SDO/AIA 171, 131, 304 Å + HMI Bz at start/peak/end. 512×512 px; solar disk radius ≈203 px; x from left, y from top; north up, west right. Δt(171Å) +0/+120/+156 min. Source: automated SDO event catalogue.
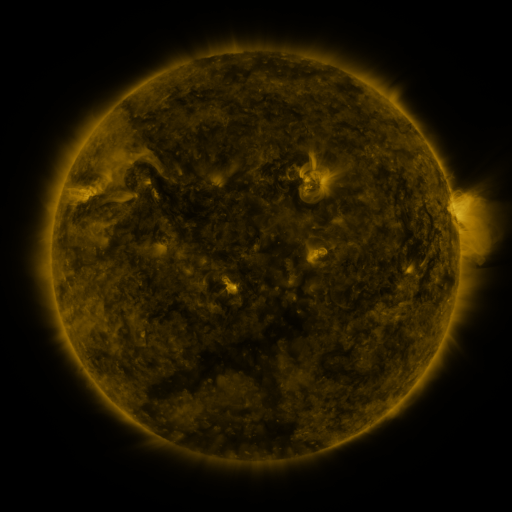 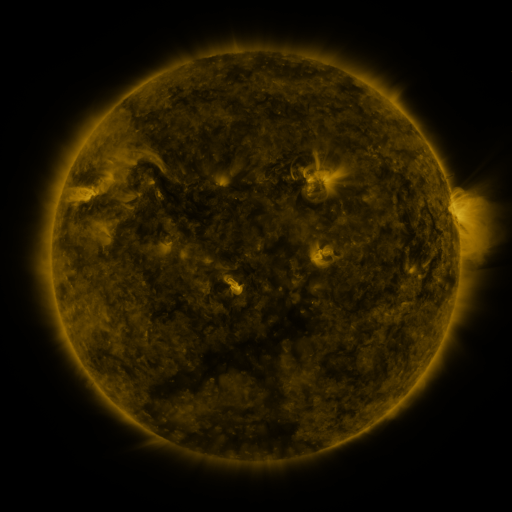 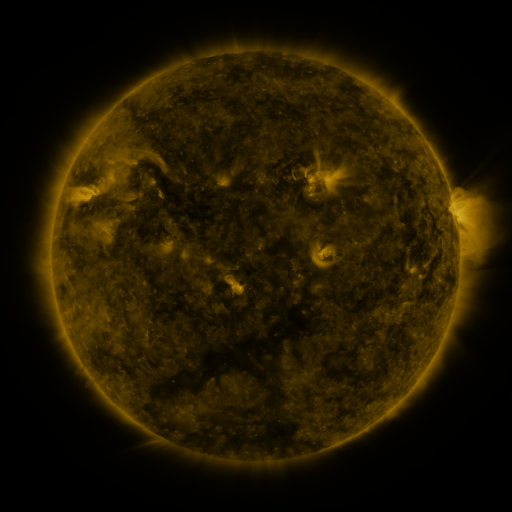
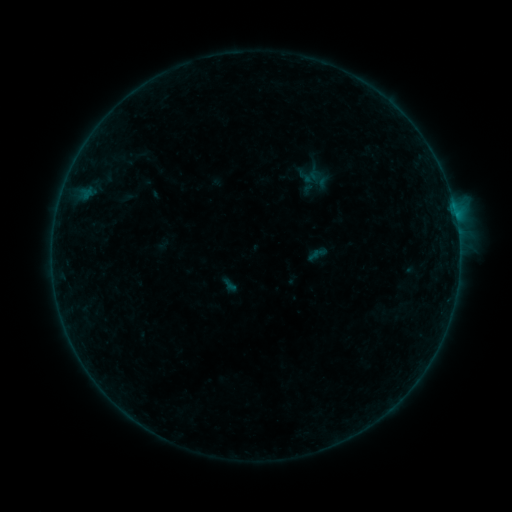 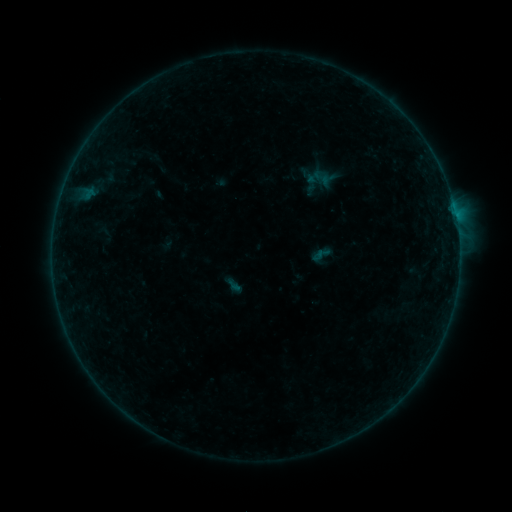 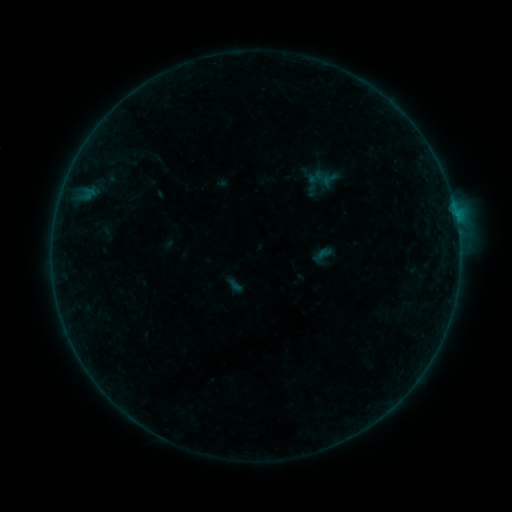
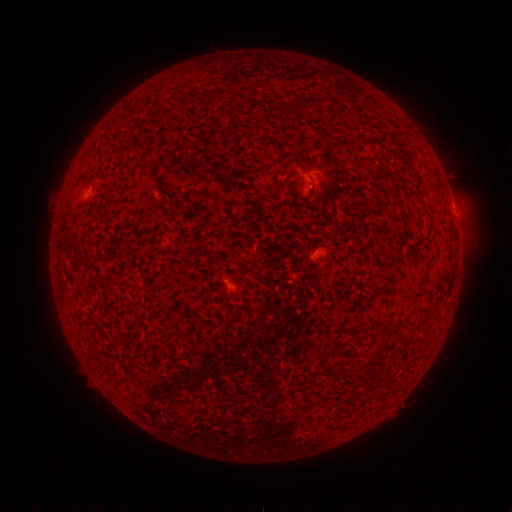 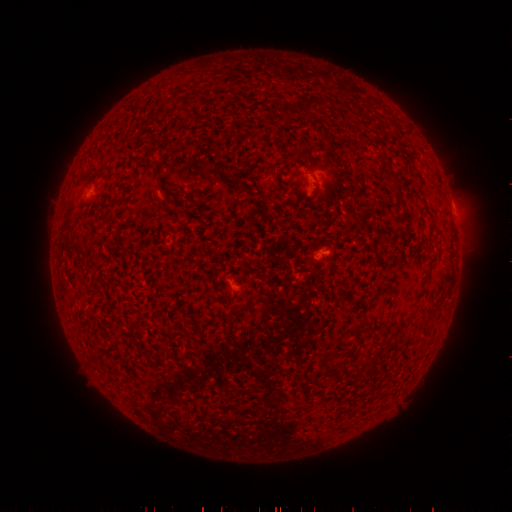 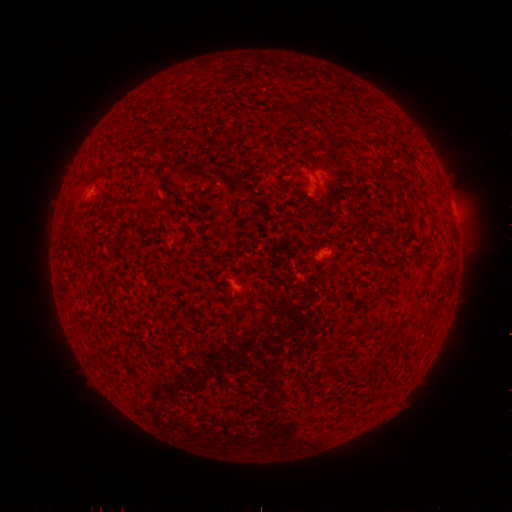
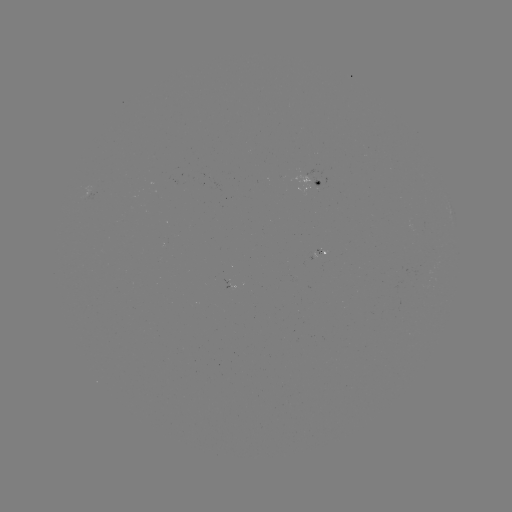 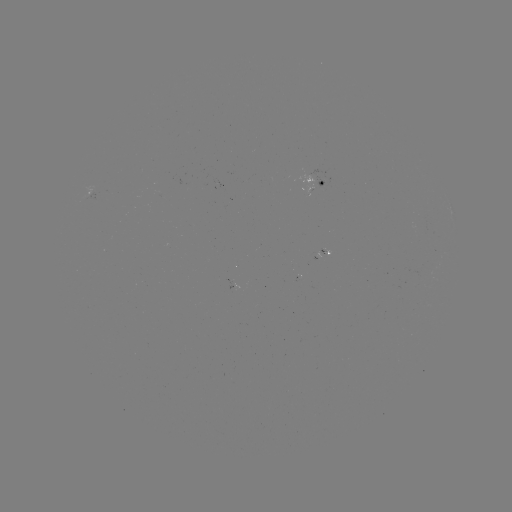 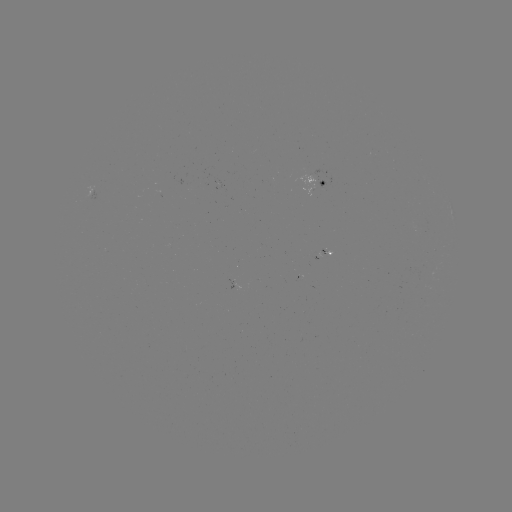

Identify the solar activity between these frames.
emerging-flux region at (323, 255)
